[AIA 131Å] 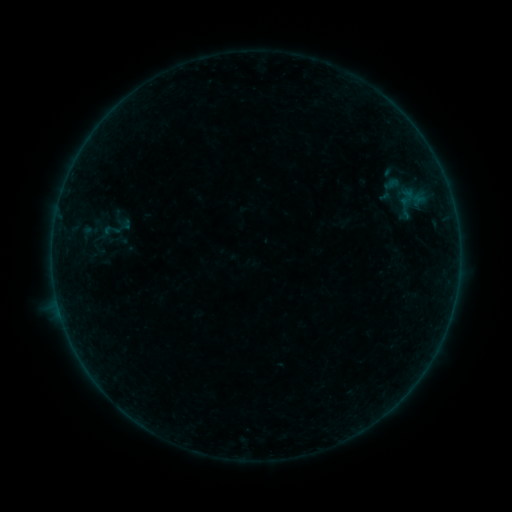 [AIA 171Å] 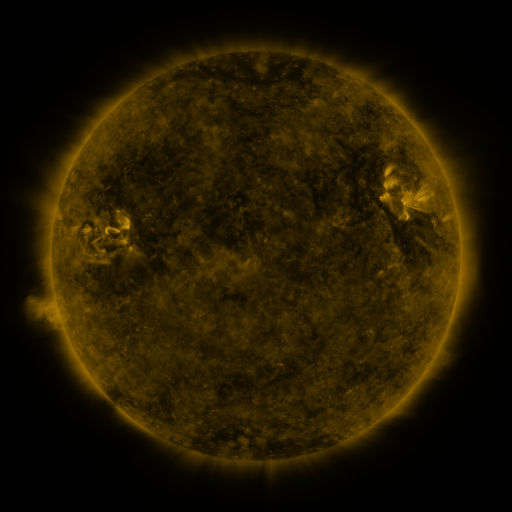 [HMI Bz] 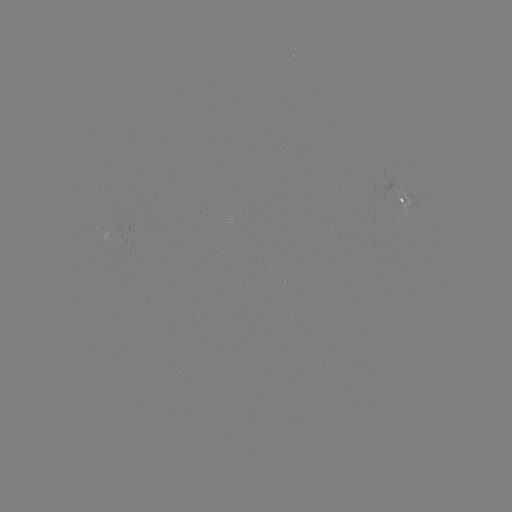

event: sigmoid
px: (391, 189)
